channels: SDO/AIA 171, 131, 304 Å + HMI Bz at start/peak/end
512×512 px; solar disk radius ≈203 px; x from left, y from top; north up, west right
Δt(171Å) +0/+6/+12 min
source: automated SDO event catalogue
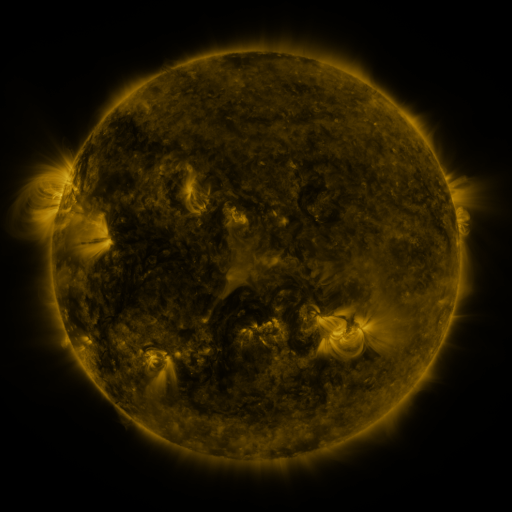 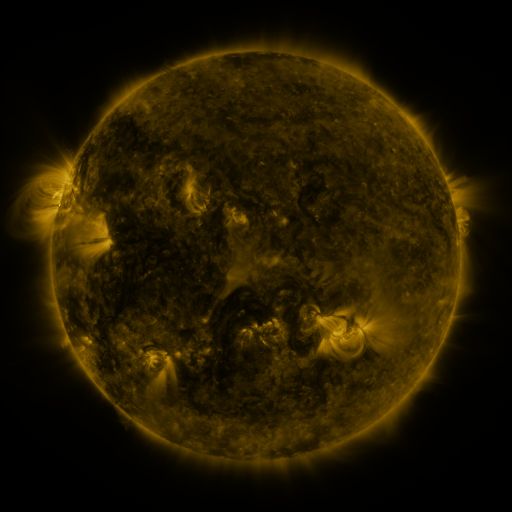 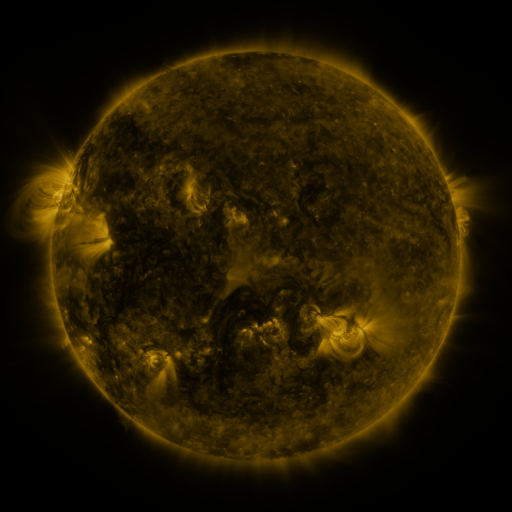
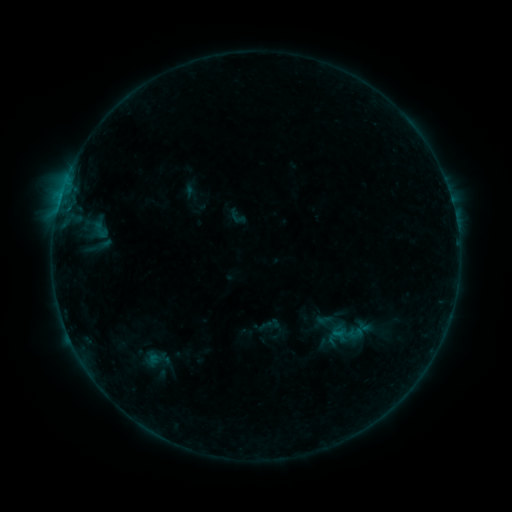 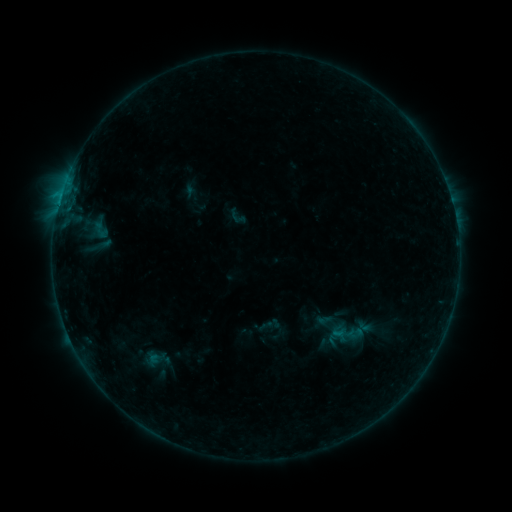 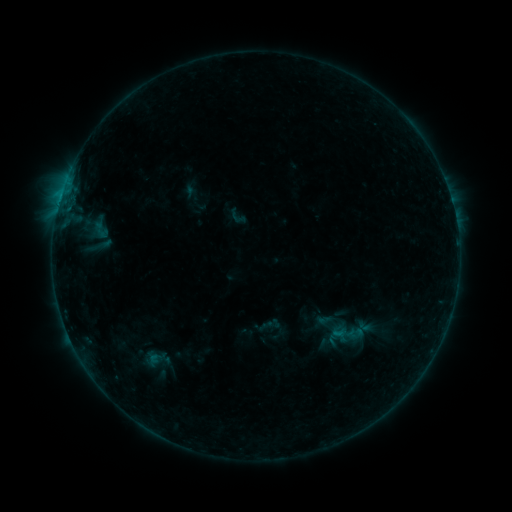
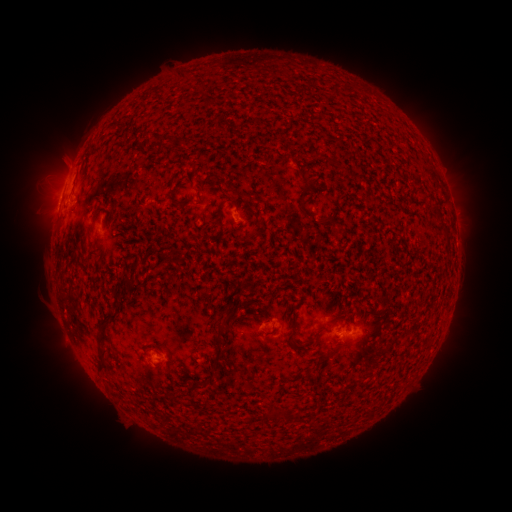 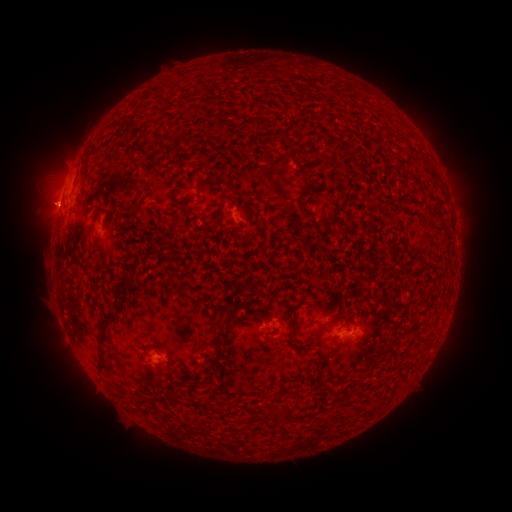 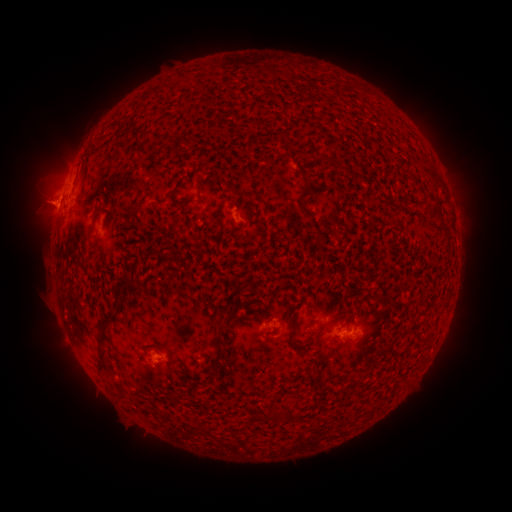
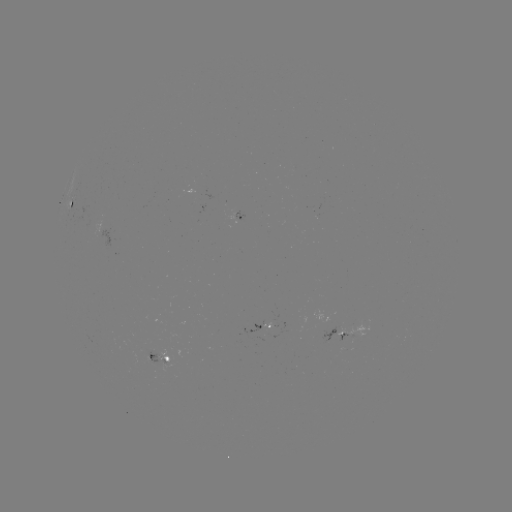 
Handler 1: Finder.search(B5.1 flare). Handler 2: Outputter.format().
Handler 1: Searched B5.1 flare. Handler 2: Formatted [58, 207].